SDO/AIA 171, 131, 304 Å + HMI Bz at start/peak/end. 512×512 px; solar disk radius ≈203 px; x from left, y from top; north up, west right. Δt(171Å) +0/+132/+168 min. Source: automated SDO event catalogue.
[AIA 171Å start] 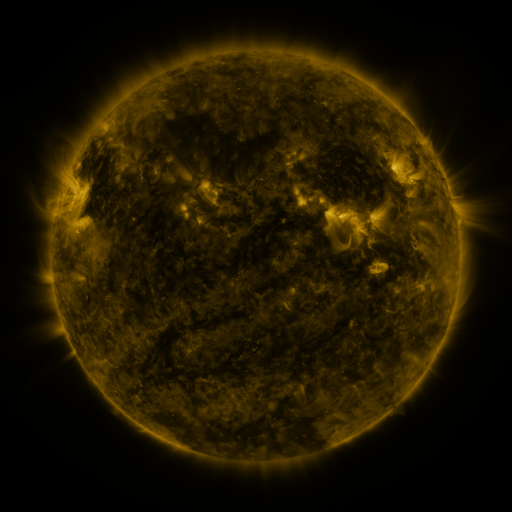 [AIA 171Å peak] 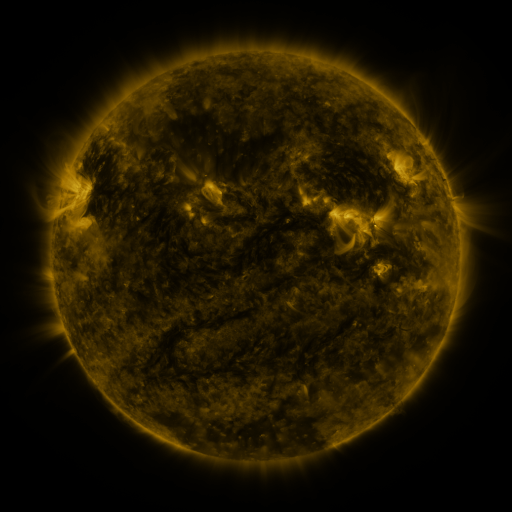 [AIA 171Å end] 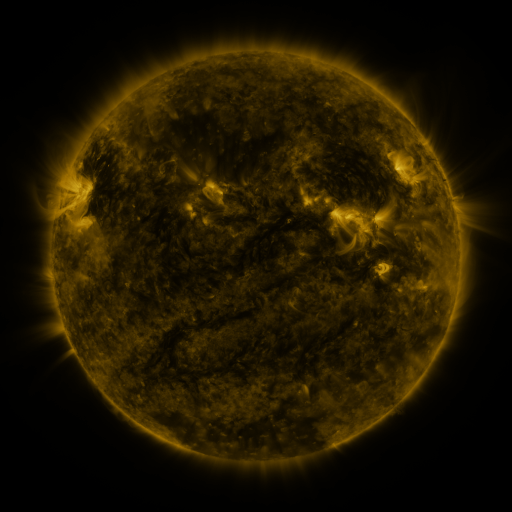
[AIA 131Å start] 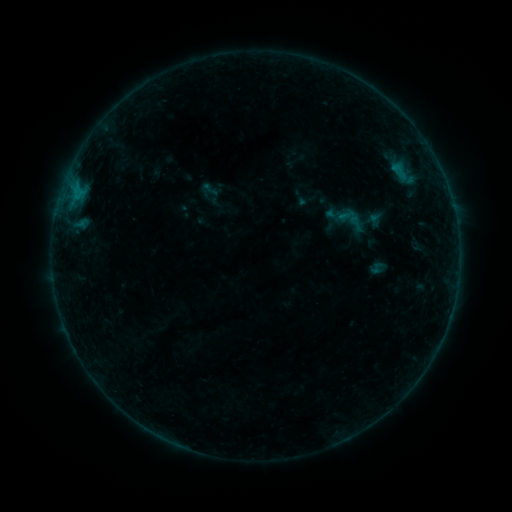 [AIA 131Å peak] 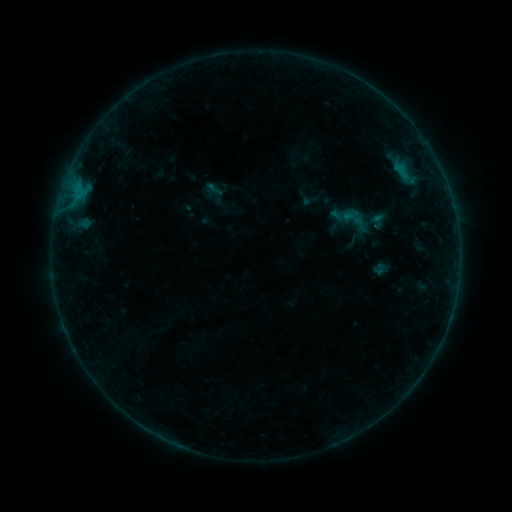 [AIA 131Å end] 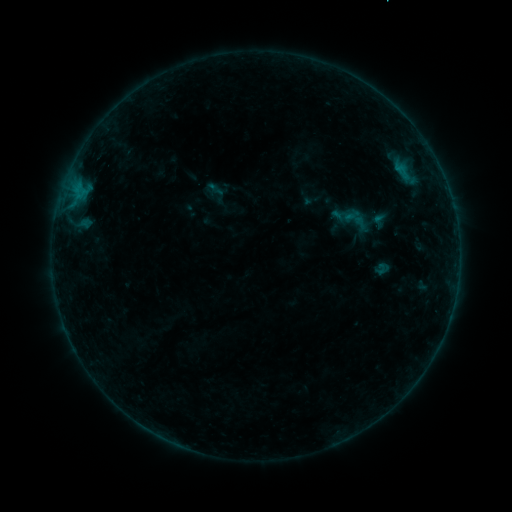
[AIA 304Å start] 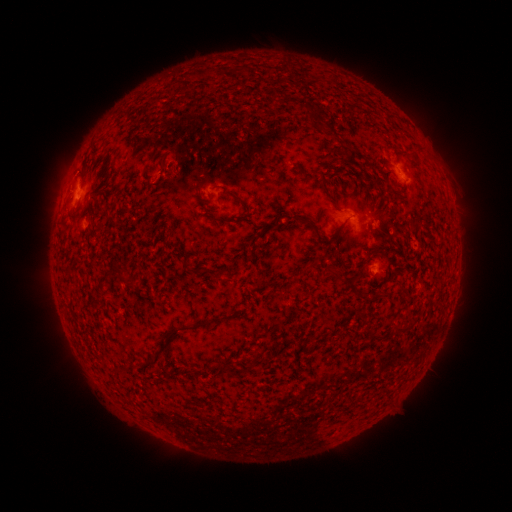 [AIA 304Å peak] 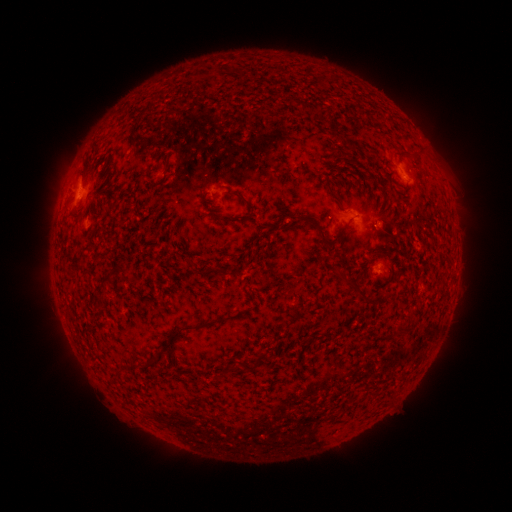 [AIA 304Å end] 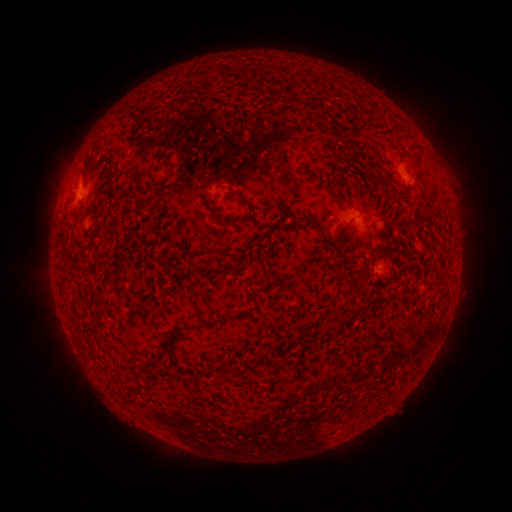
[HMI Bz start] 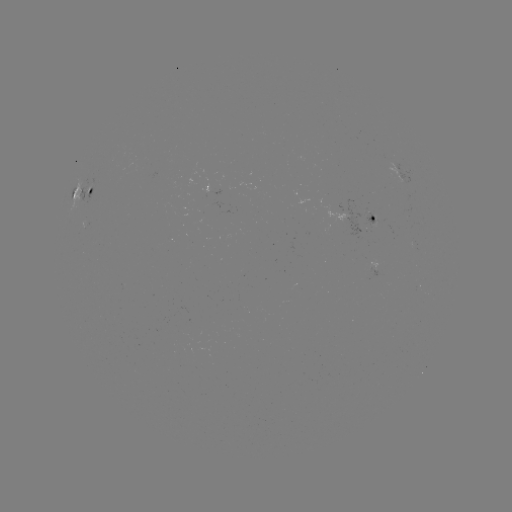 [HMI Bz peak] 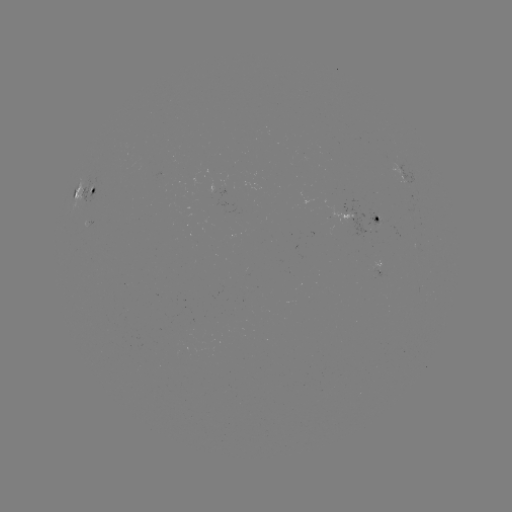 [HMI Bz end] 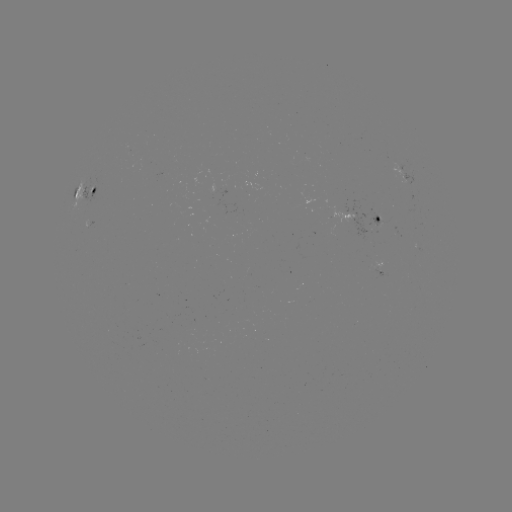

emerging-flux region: [403, 204, 415, 215]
